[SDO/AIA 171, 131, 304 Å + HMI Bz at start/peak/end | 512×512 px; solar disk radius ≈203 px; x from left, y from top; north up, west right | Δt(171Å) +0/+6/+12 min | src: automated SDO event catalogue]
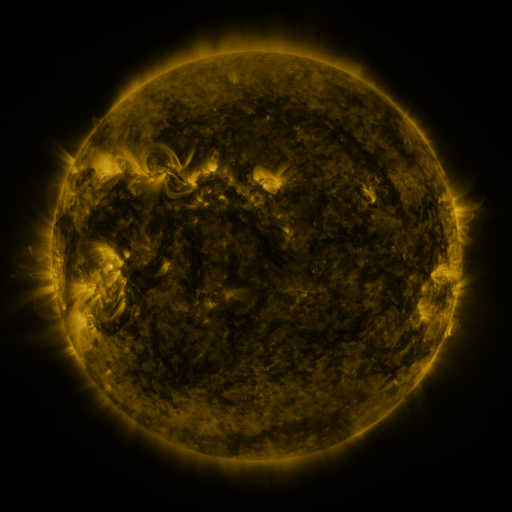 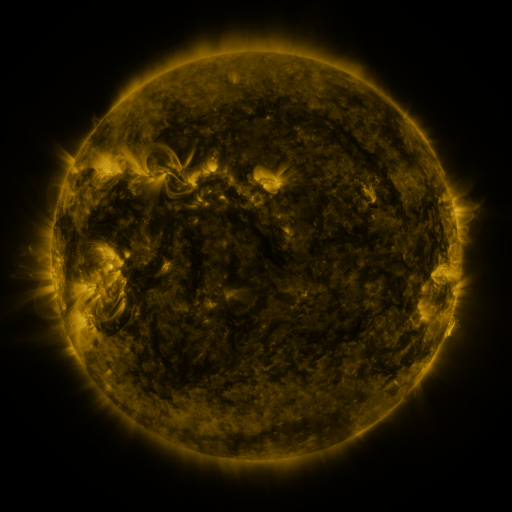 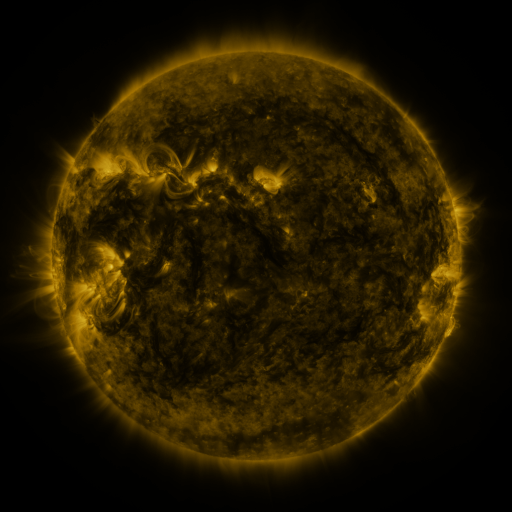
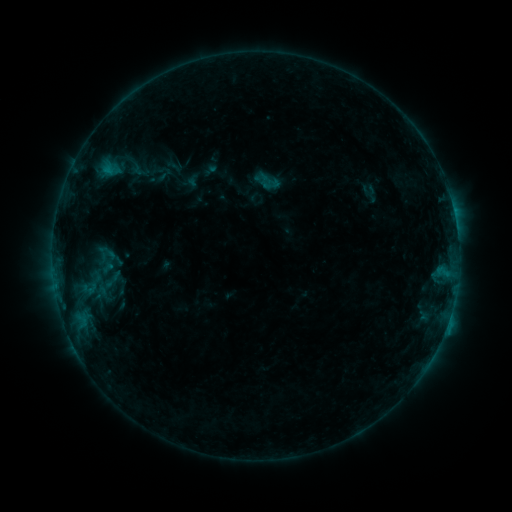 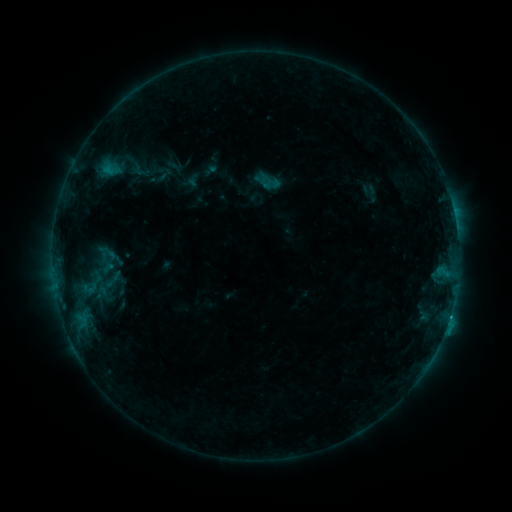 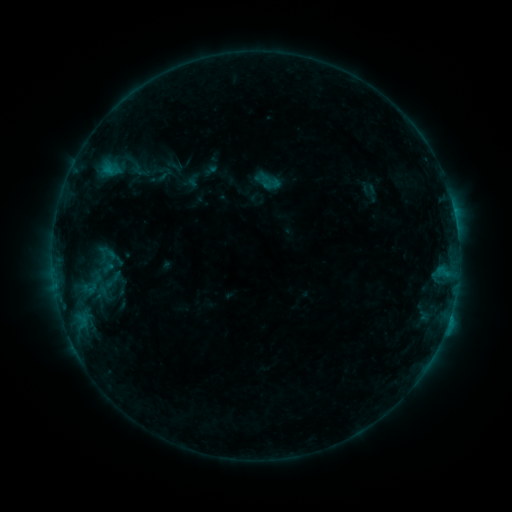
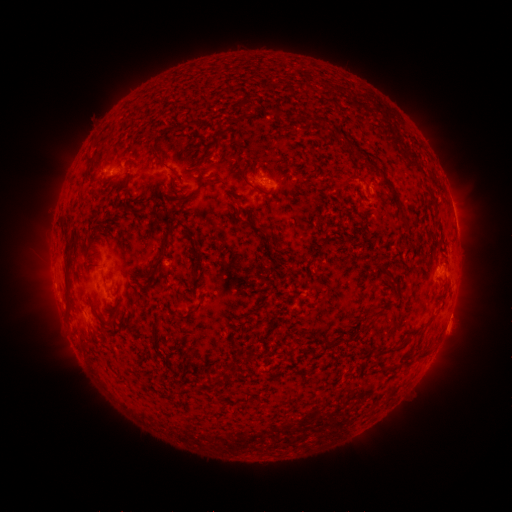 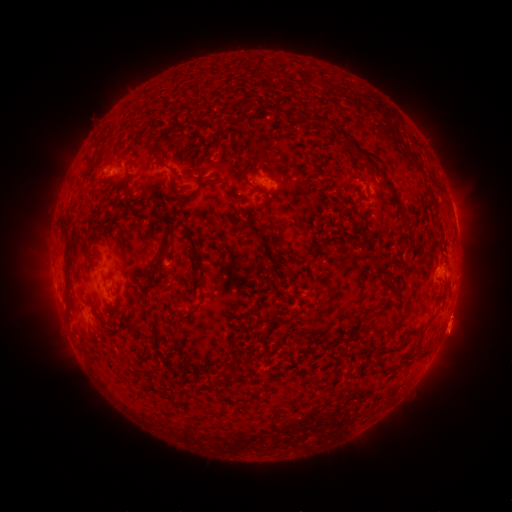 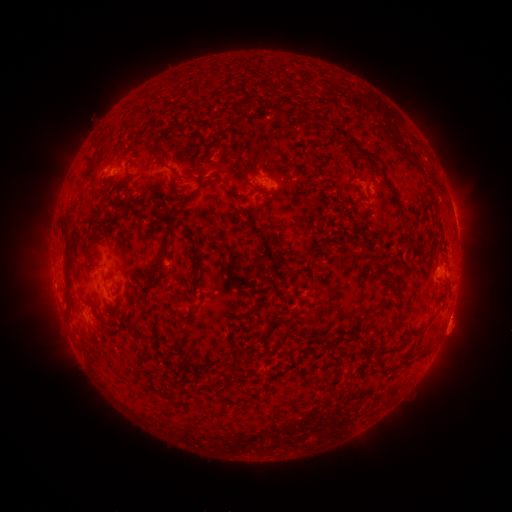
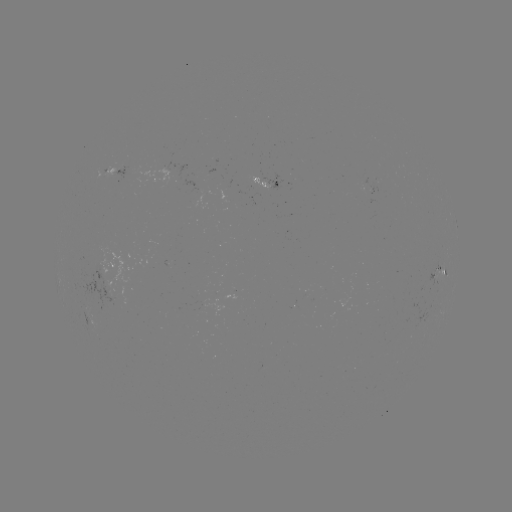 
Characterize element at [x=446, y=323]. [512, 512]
B6.6 flare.